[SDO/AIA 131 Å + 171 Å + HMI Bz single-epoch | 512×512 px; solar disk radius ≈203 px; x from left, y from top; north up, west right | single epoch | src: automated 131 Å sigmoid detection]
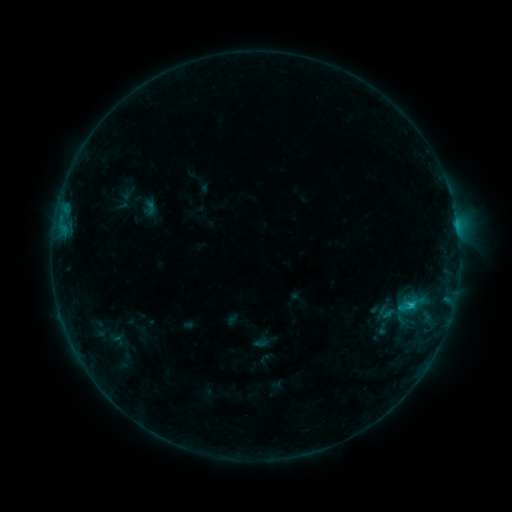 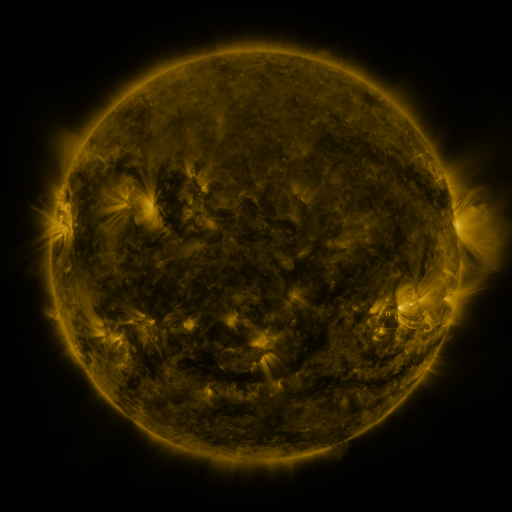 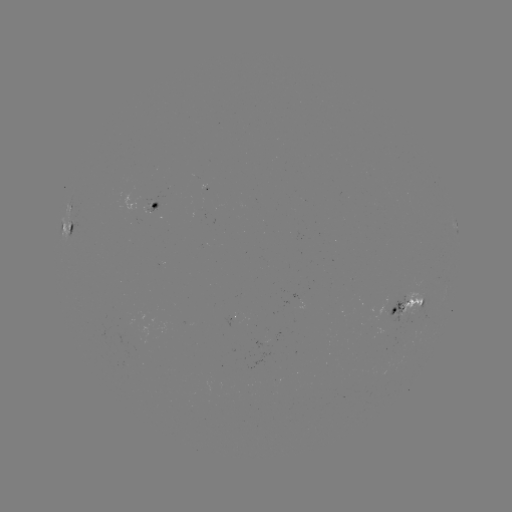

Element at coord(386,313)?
sigmoid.